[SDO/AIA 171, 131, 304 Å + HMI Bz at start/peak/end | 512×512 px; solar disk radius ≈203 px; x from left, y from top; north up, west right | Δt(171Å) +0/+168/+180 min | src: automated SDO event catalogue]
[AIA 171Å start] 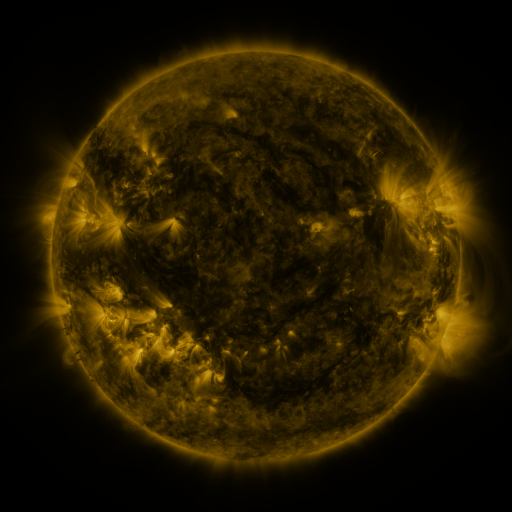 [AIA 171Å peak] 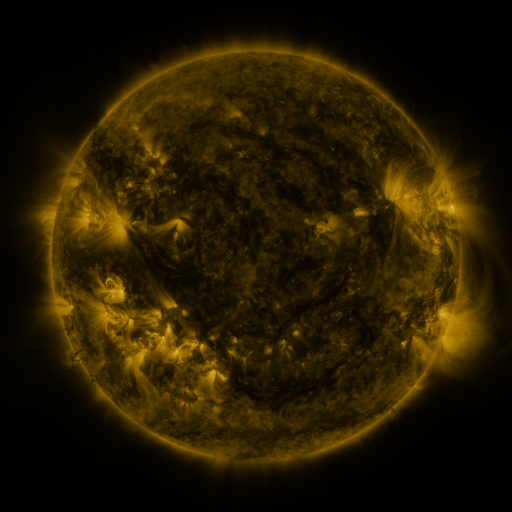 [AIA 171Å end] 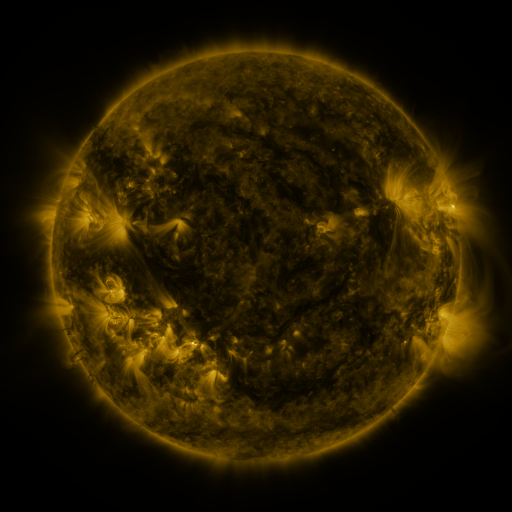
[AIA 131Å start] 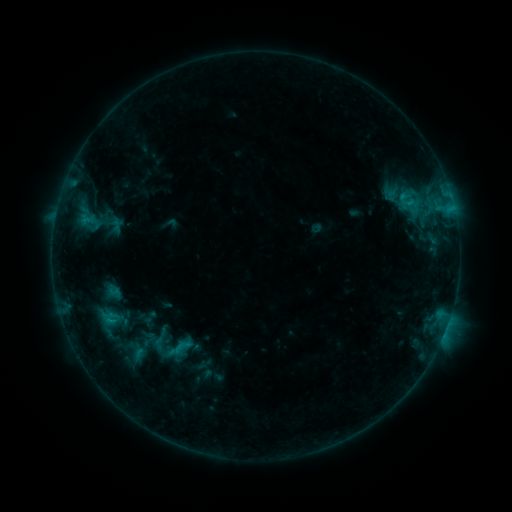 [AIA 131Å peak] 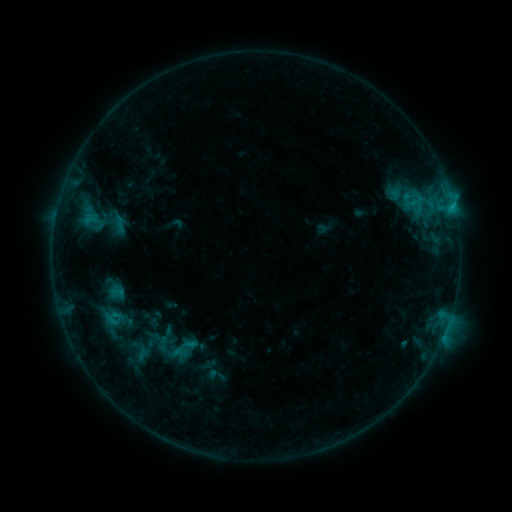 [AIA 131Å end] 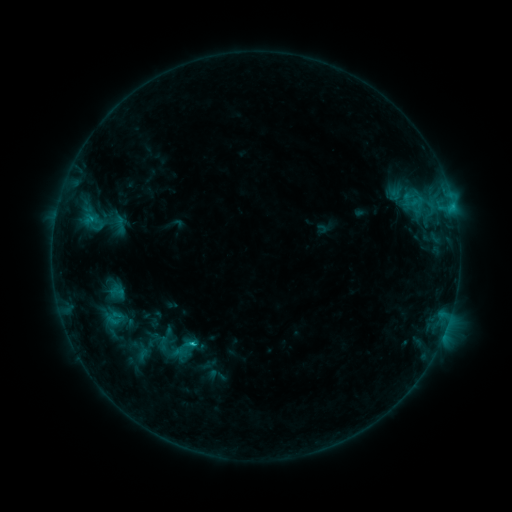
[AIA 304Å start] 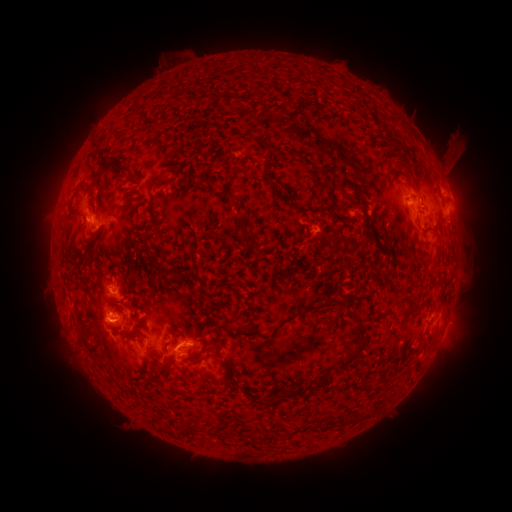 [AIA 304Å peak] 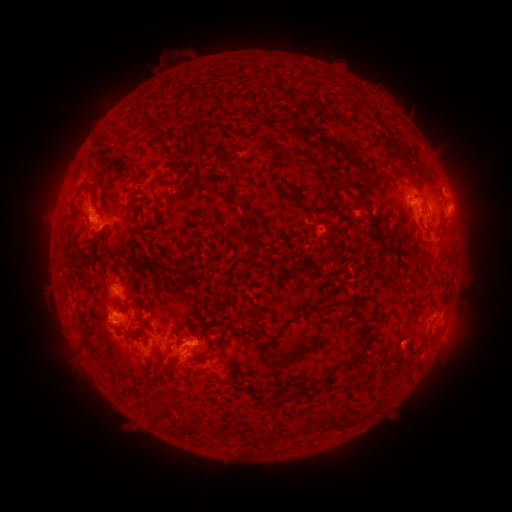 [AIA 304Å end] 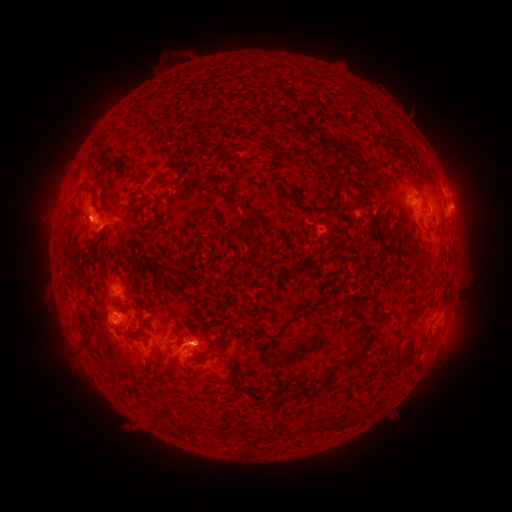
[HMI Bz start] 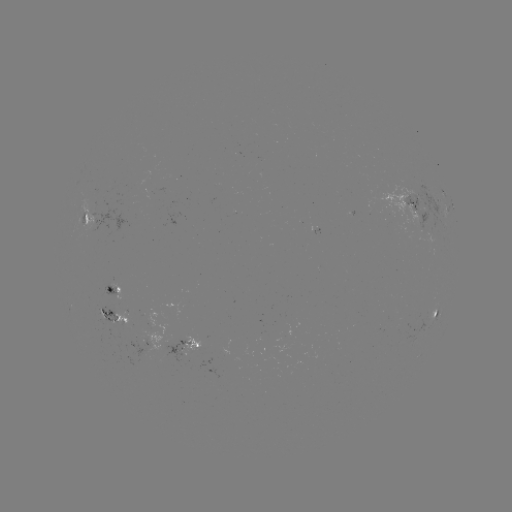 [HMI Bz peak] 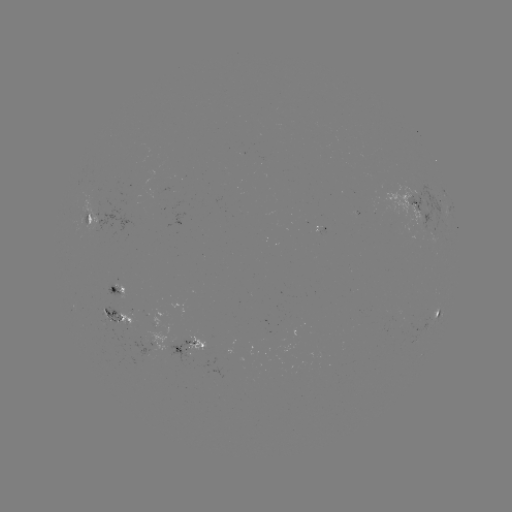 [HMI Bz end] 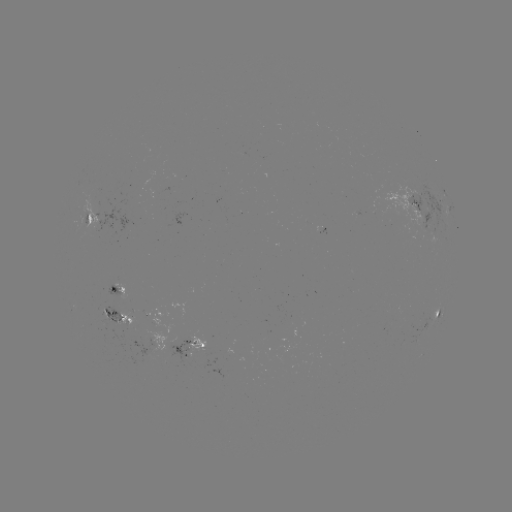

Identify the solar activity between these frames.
emerging-flux region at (93, 215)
